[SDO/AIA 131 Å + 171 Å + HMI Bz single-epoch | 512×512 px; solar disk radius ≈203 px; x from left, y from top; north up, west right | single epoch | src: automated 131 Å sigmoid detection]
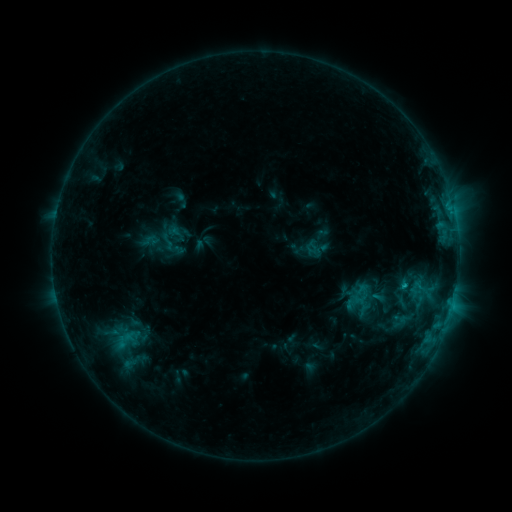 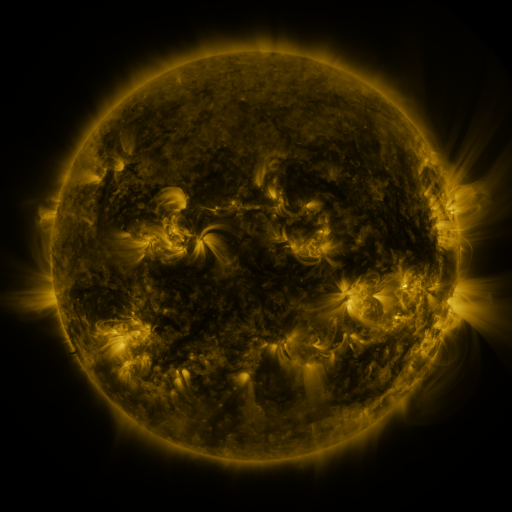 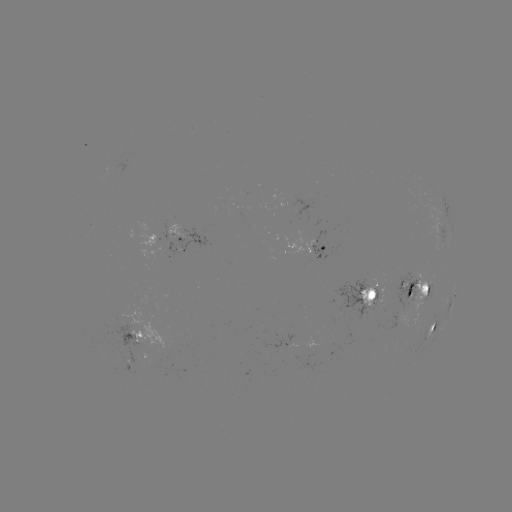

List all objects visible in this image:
sigmoid: [157, 230, 178, 253]
